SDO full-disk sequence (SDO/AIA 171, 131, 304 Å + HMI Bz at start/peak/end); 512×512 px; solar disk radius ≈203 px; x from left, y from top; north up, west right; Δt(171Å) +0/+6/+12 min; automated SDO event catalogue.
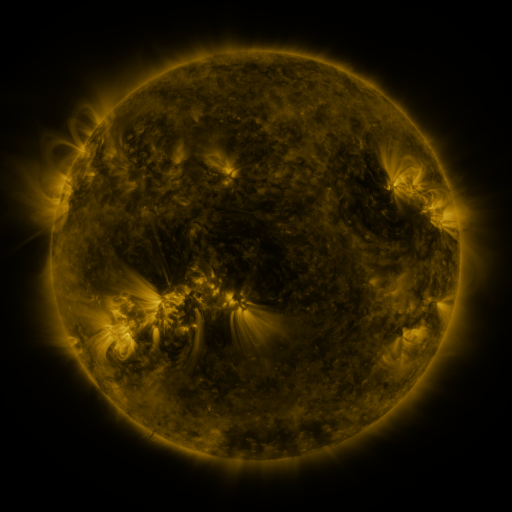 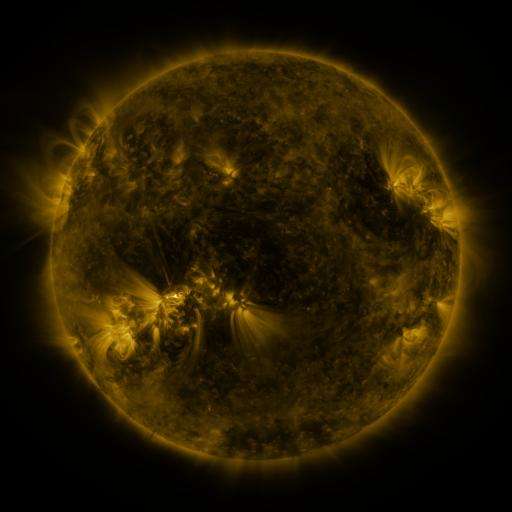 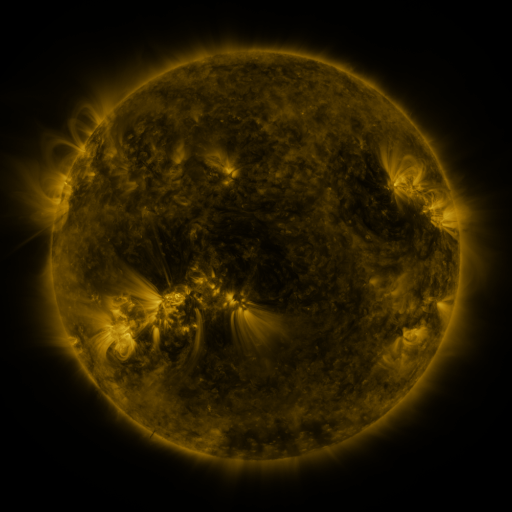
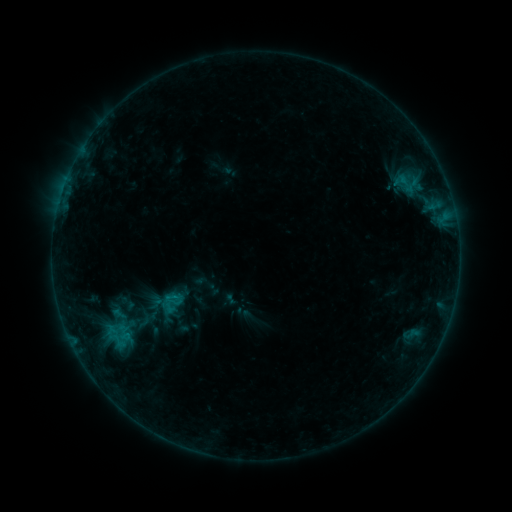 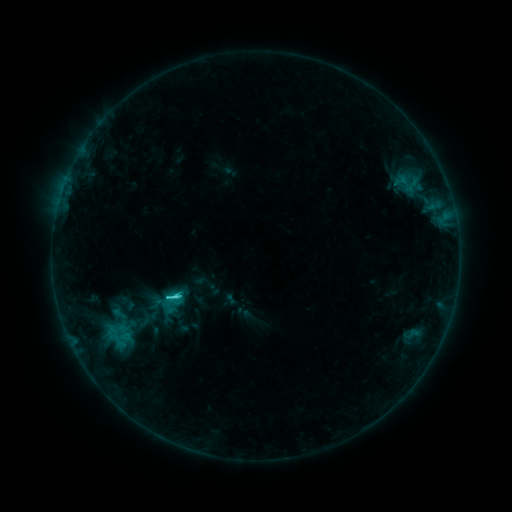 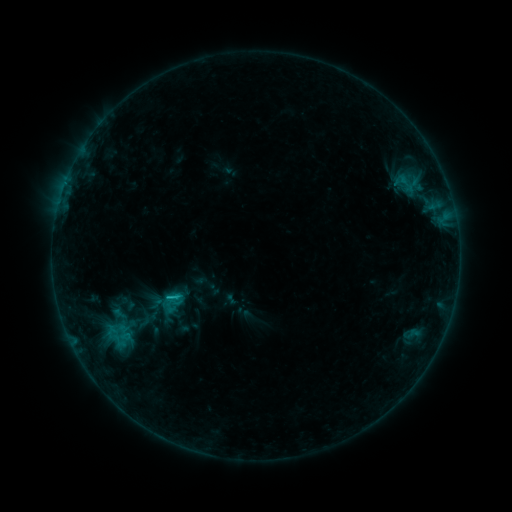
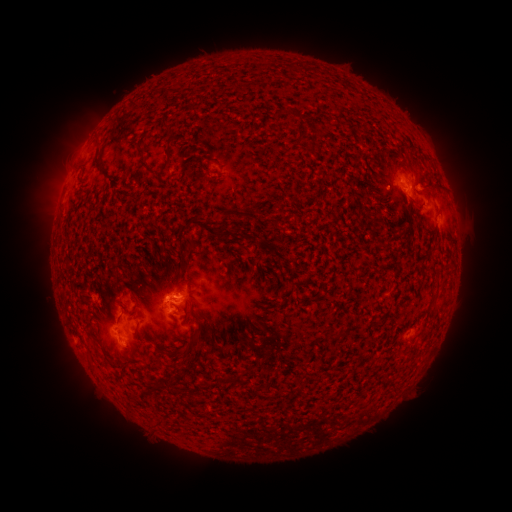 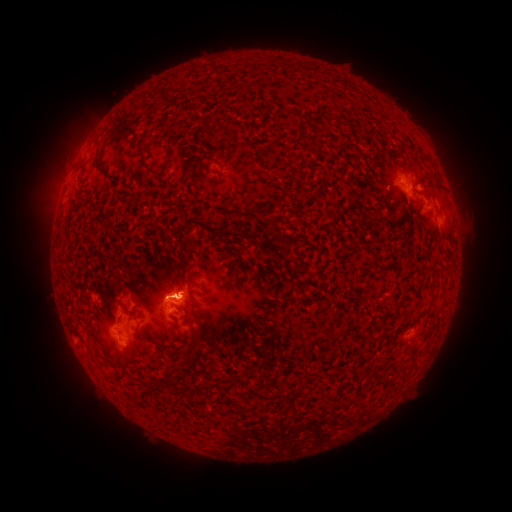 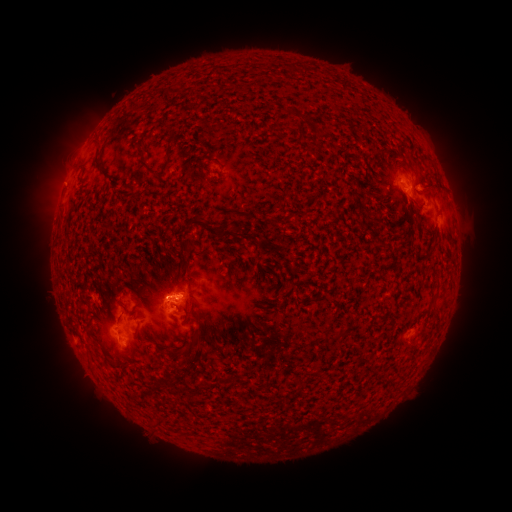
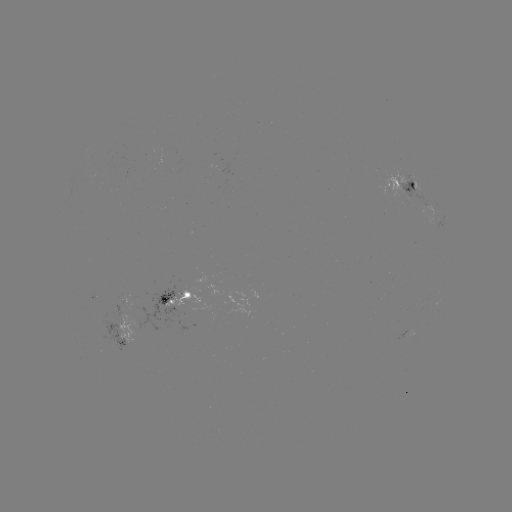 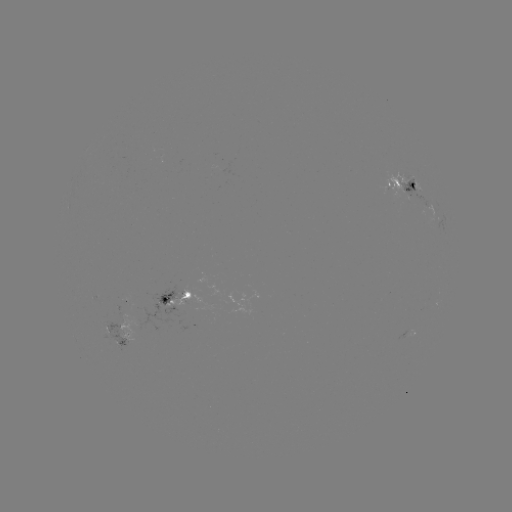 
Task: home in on C2.4 flare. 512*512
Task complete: [176, 296].